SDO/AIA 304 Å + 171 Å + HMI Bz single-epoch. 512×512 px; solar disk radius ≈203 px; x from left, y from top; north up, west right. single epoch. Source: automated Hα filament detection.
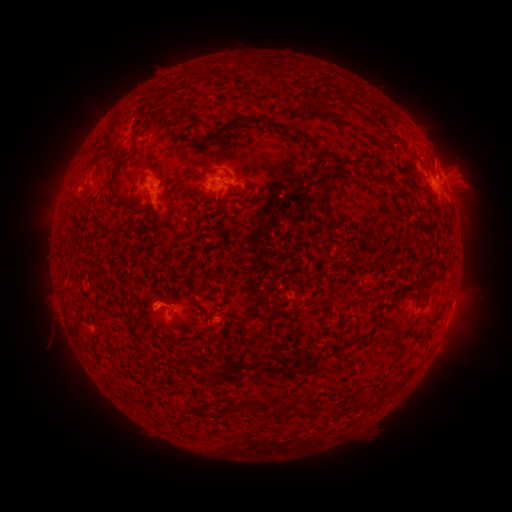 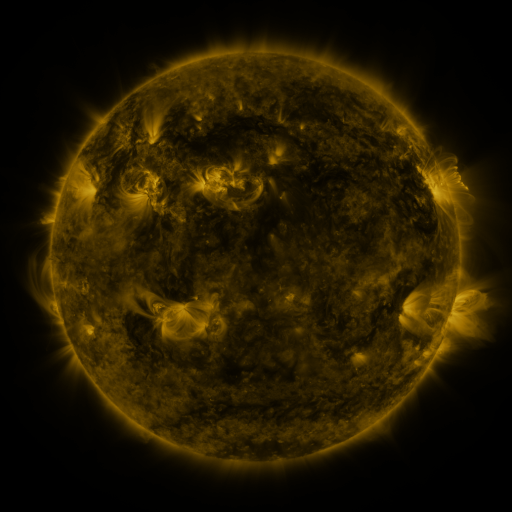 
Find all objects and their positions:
filament: (337, 123)
filament: (270, 125)
filament: (229, 126)
filament: (303, 136)
filament: (132, 140)
filament: (329, 156)
filament: (190, 163)
filament: (164, 183)
filament: (325, 201)
filament: (146, 373)
